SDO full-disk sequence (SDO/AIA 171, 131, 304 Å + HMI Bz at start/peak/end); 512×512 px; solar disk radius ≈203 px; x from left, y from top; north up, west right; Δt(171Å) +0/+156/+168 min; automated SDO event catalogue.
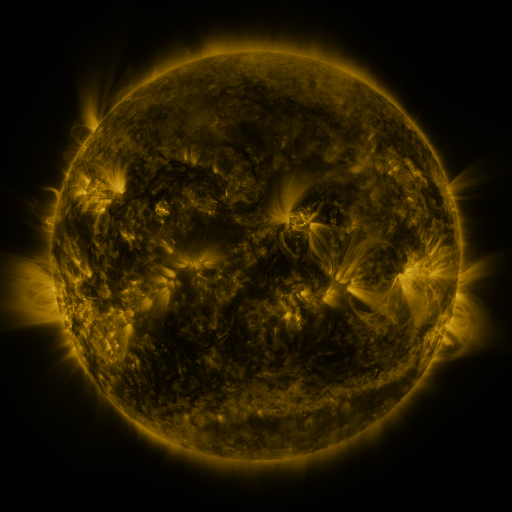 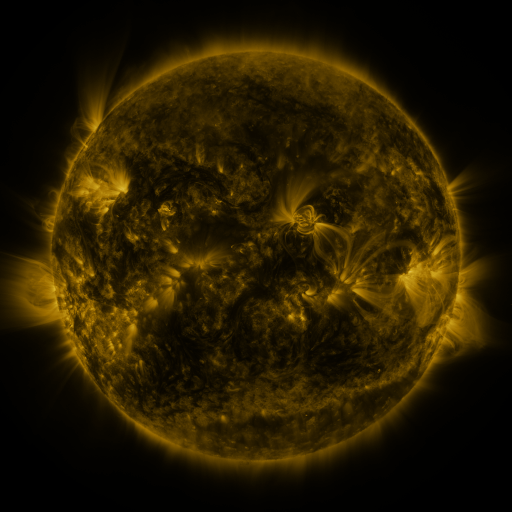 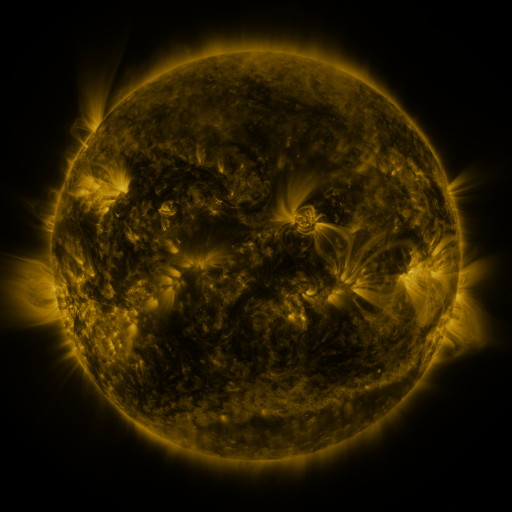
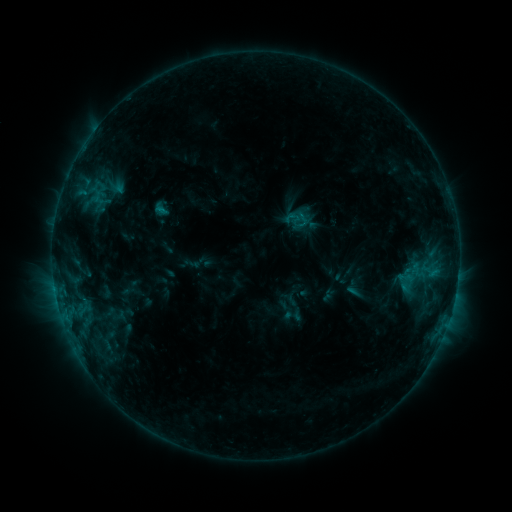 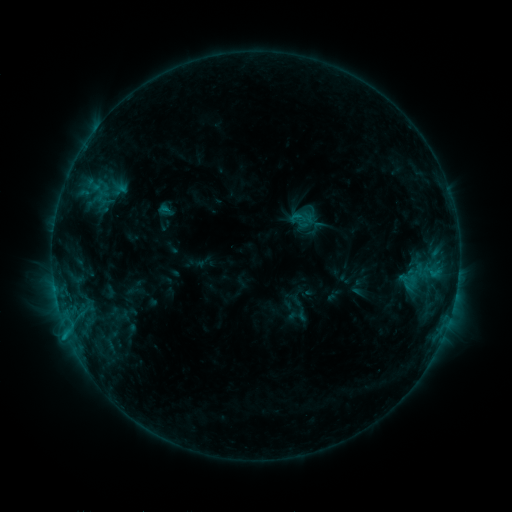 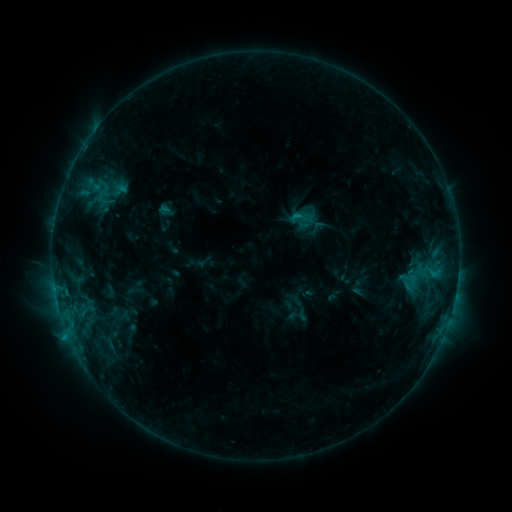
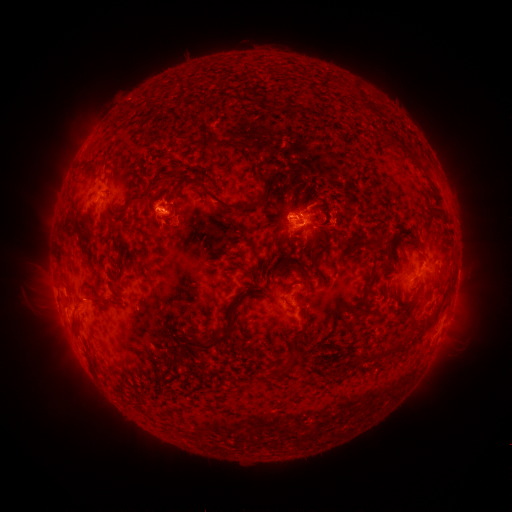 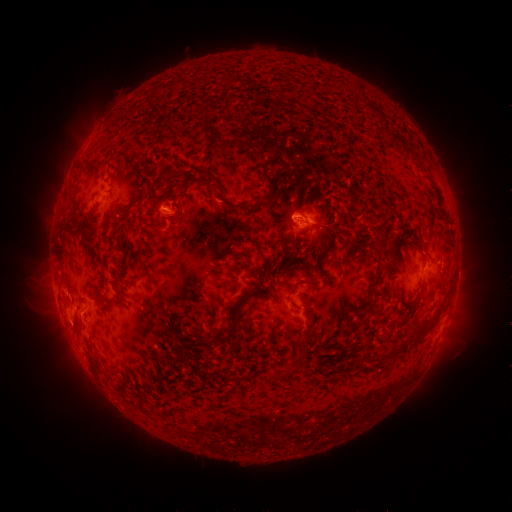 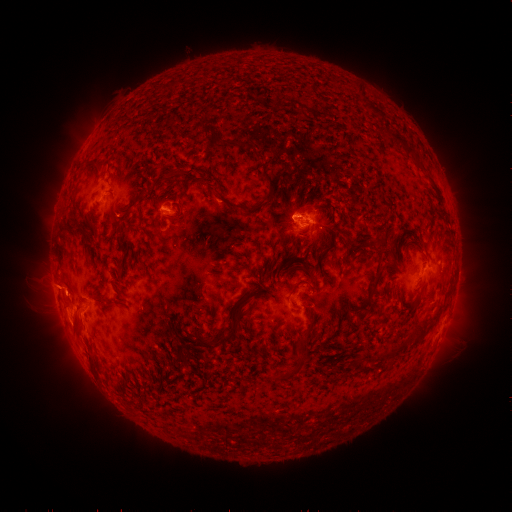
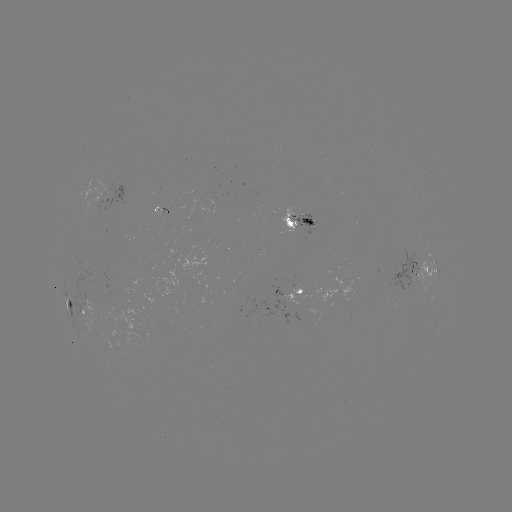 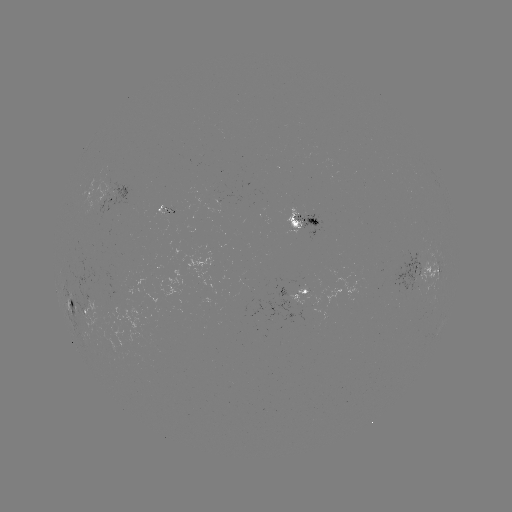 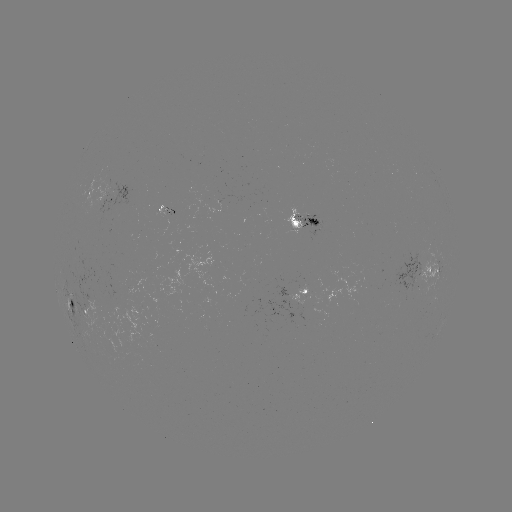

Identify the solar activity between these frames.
emerging-flux region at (102, 195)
